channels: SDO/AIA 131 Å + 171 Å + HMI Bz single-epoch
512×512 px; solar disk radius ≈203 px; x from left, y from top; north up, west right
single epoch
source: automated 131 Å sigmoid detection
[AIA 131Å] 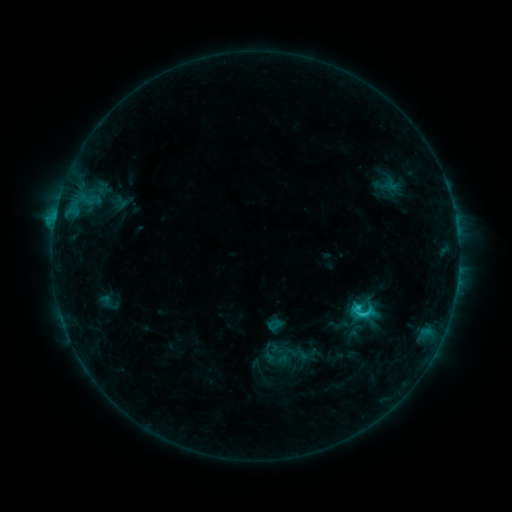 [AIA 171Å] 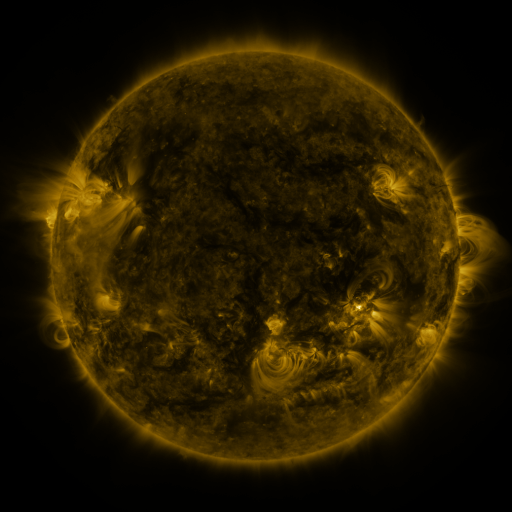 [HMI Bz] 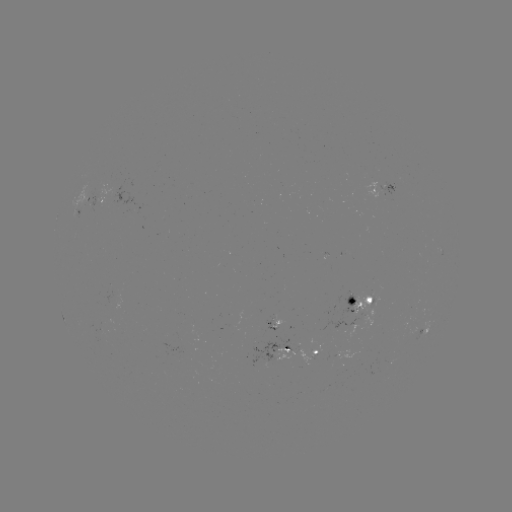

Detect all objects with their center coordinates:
sigmoid: (363, 312)
